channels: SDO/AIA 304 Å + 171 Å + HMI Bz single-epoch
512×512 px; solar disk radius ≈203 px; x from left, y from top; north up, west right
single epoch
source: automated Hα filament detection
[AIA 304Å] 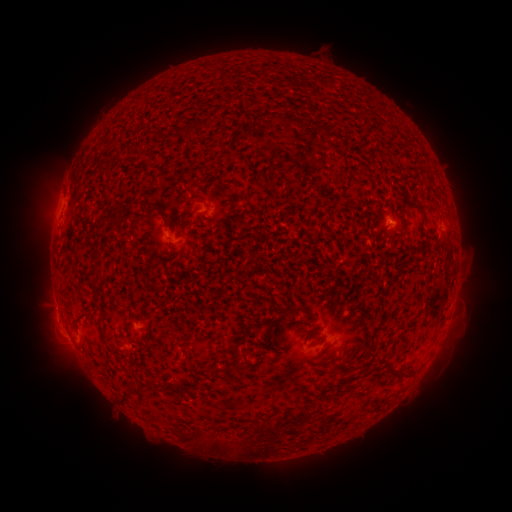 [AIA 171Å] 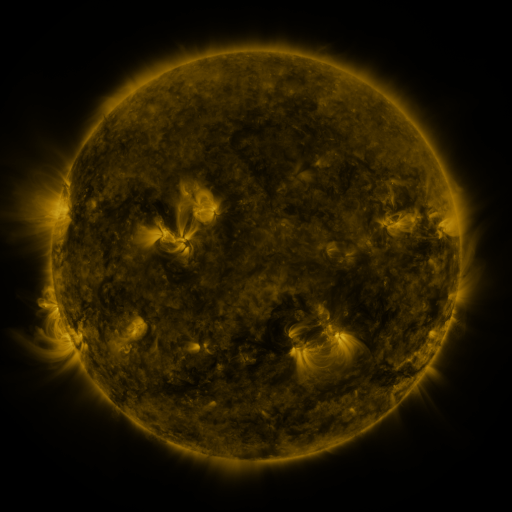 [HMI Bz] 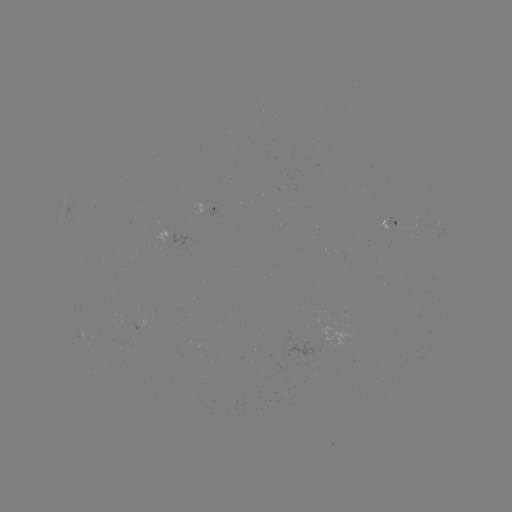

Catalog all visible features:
filament: (254, 115, 263, 130)
filament: (276, 116, 293, 126)
filament: (192, 190, 203, 197)
filament: (409, 195, 424, 214)
filament: (146, 203, 156, 213)
filament: (92, 254, 100, 265)
filament: (97, 274, 107, 284)
filament: (277, 305, 305, 320)
filament: (71, 312, 88, 333)
filament: (182, 345, 190, 358)
filament: (241, 352, 252, 365)
filament: (213, 362, 226, 374)
filament: (387, 362, 397, 371)
filament: (129, 385, 147, 394)
filament: (268, 419, 282, 445)
filament: (181, 431, 194, 442)
filament: (213, 437, 238, 453)
